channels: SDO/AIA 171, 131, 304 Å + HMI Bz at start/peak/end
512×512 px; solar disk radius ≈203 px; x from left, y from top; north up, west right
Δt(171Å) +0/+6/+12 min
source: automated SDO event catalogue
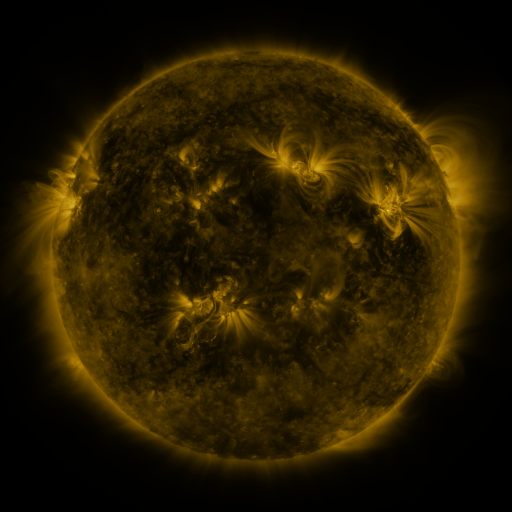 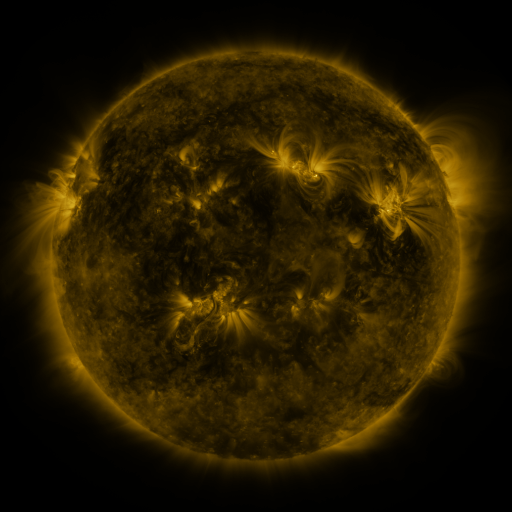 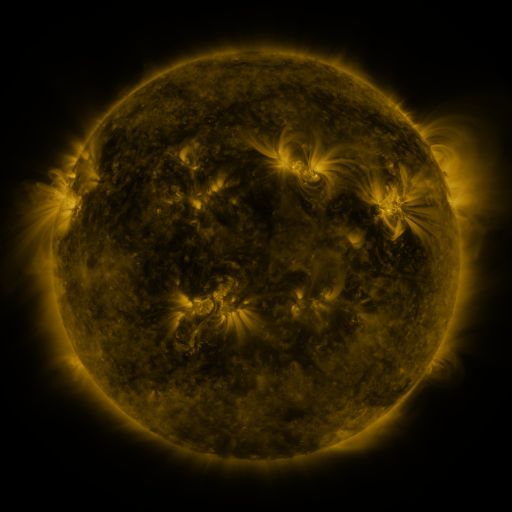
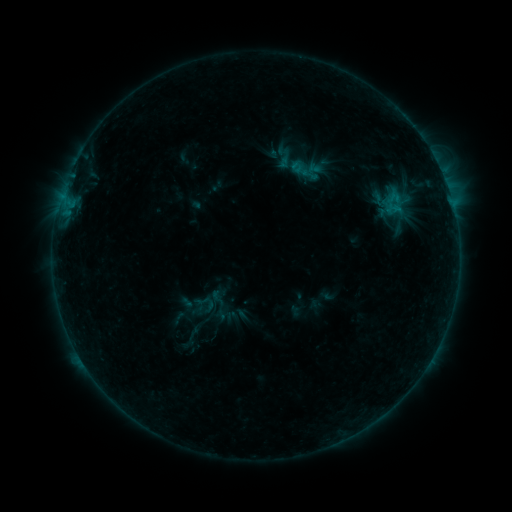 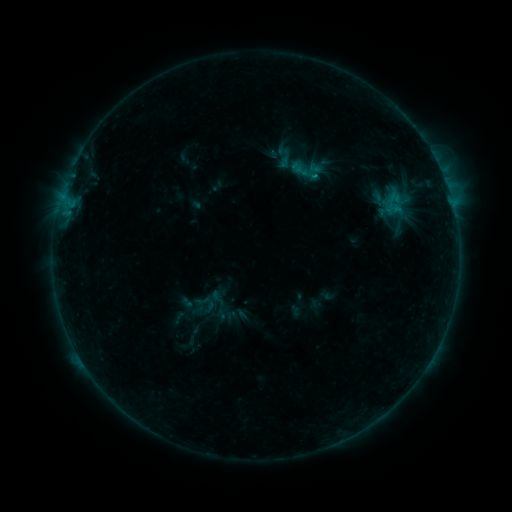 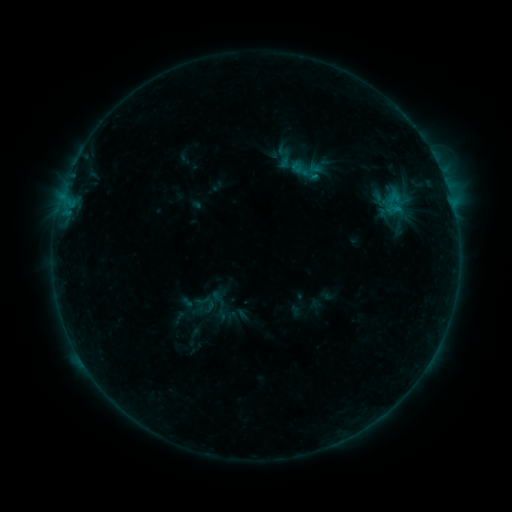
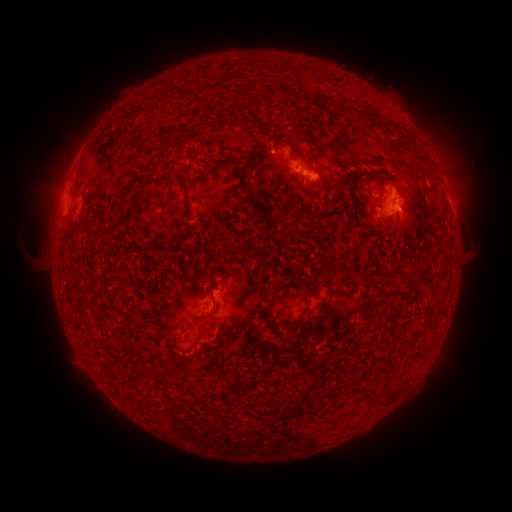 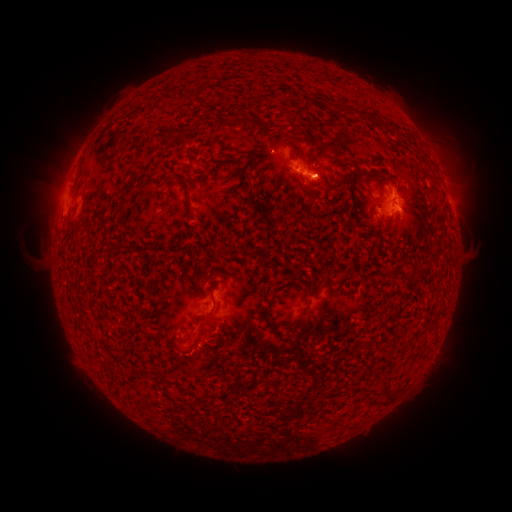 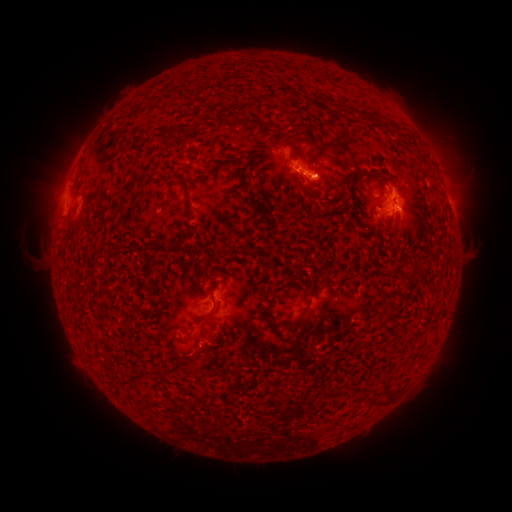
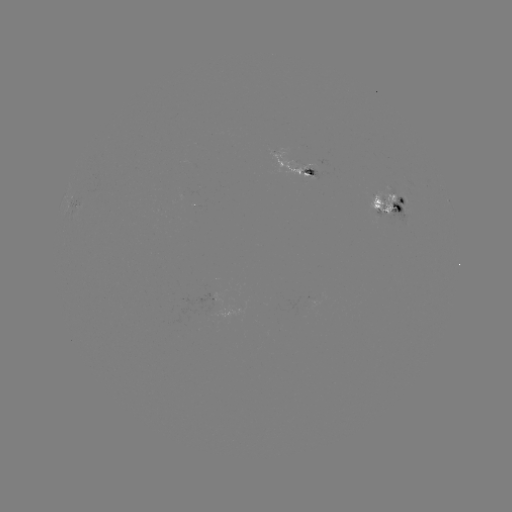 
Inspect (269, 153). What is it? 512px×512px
B9.3 flare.